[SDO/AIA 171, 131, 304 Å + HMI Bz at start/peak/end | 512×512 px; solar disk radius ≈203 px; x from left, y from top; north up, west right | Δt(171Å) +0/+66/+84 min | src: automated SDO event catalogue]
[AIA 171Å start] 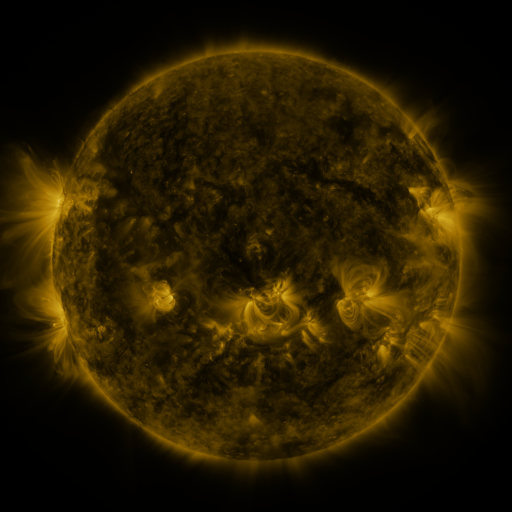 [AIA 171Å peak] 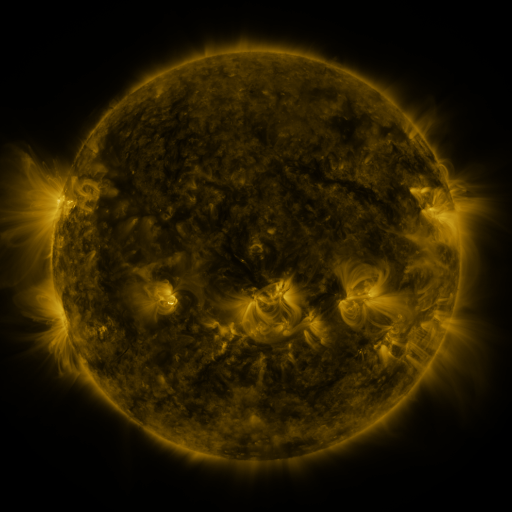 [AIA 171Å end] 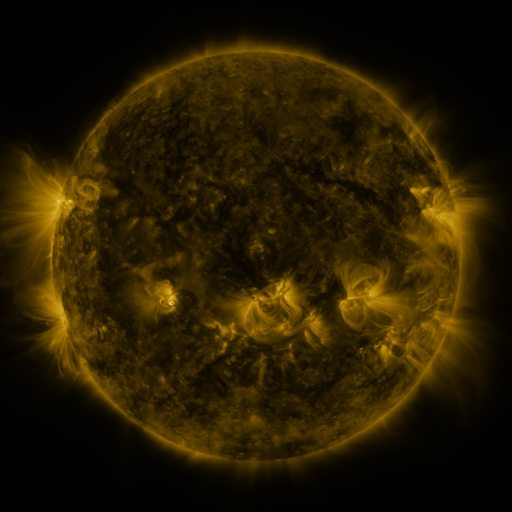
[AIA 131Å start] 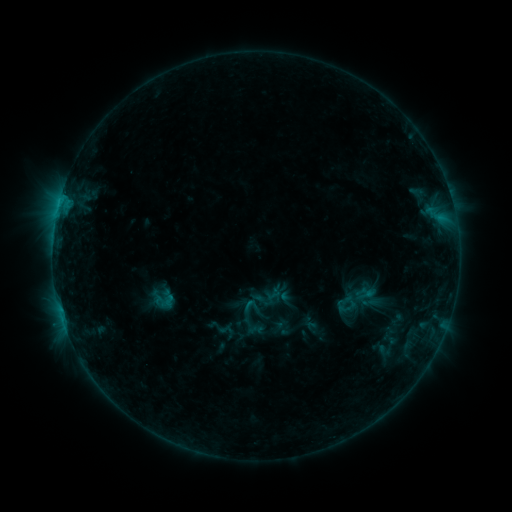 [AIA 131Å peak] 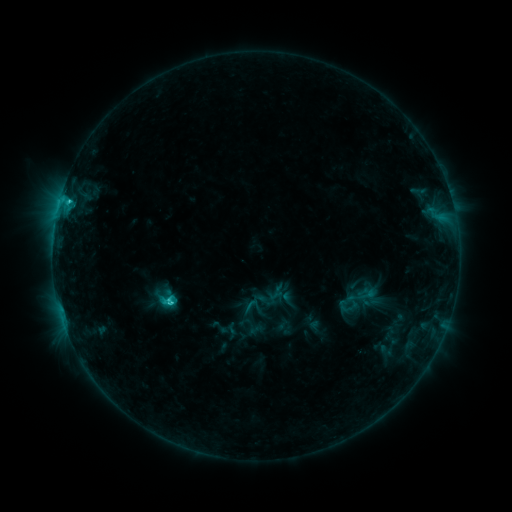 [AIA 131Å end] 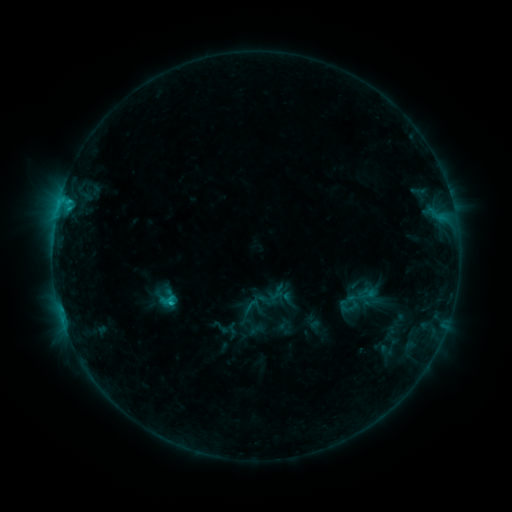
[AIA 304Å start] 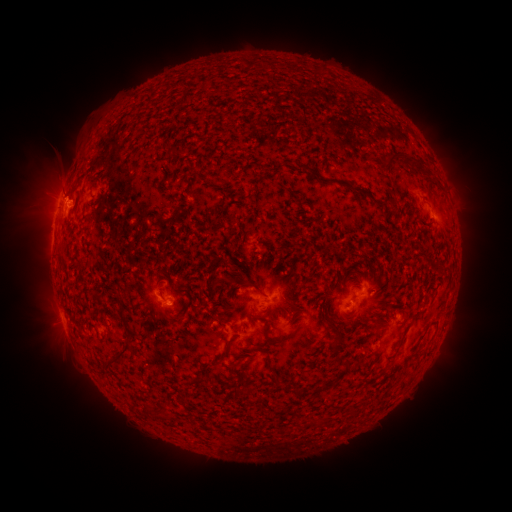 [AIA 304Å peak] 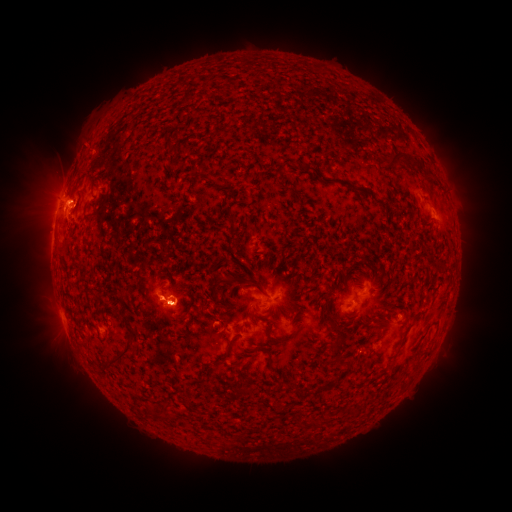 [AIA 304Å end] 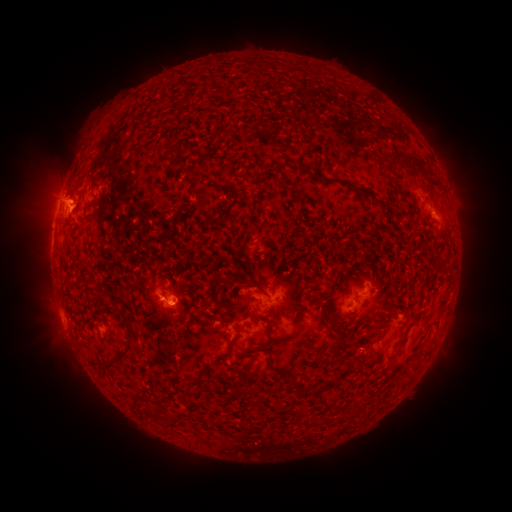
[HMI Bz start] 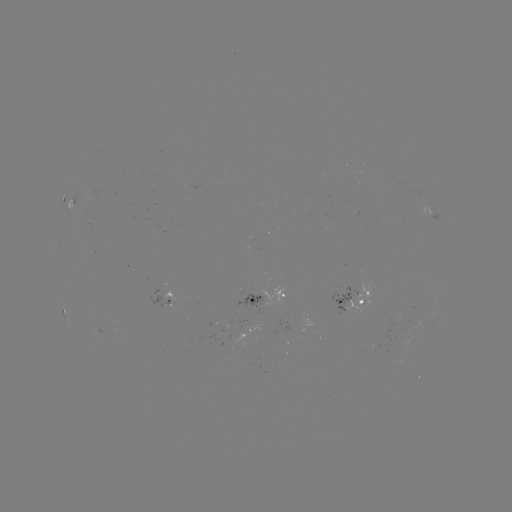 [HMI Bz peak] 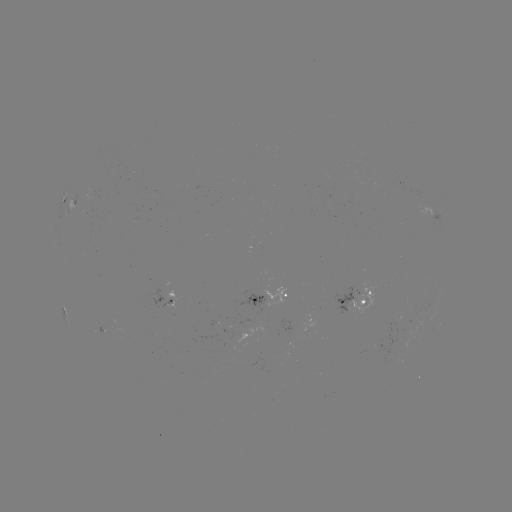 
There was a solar flare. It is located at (171, 299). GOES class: C2.2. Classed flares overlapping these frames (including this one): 1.